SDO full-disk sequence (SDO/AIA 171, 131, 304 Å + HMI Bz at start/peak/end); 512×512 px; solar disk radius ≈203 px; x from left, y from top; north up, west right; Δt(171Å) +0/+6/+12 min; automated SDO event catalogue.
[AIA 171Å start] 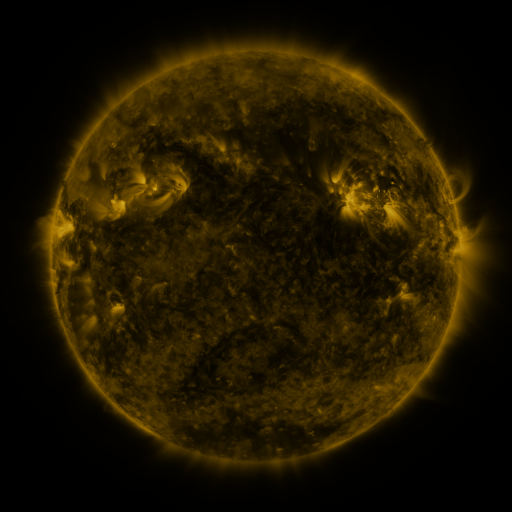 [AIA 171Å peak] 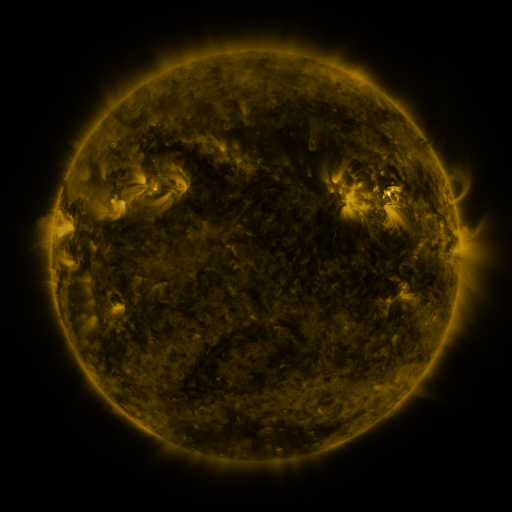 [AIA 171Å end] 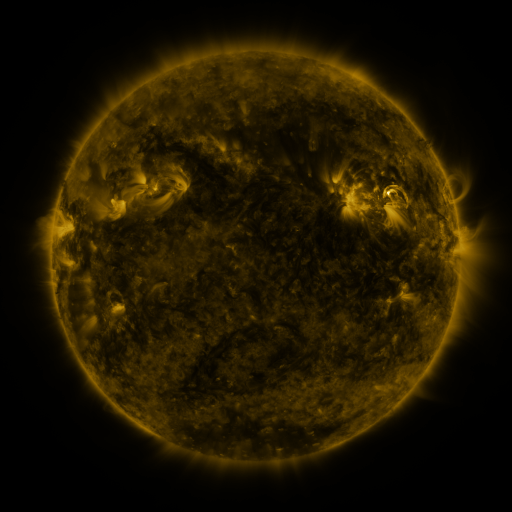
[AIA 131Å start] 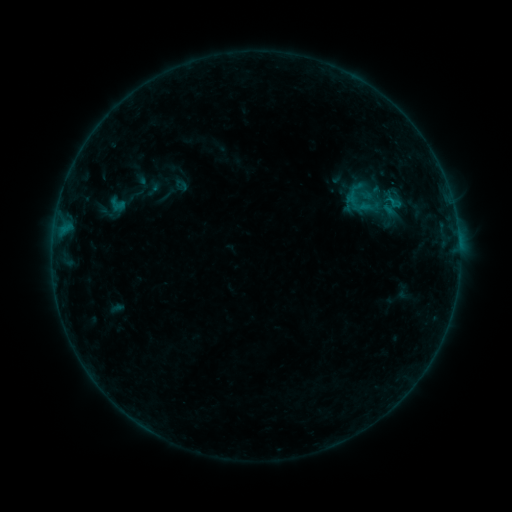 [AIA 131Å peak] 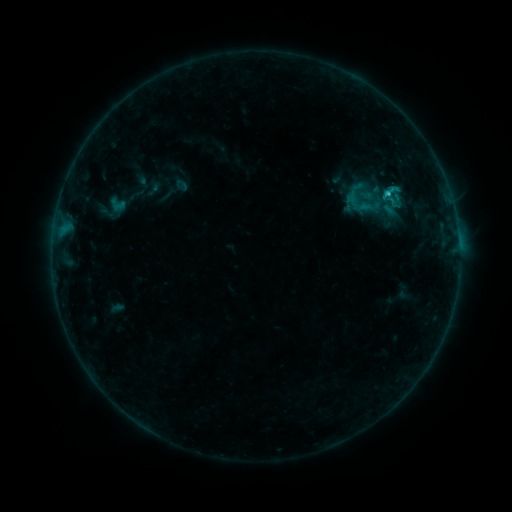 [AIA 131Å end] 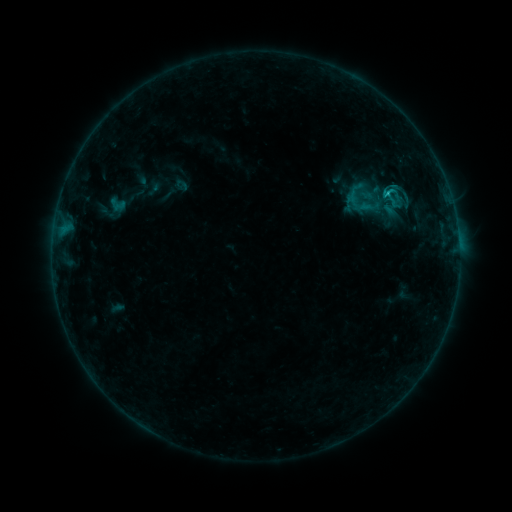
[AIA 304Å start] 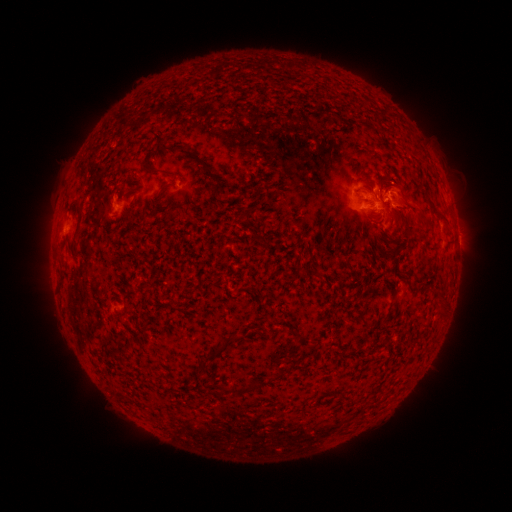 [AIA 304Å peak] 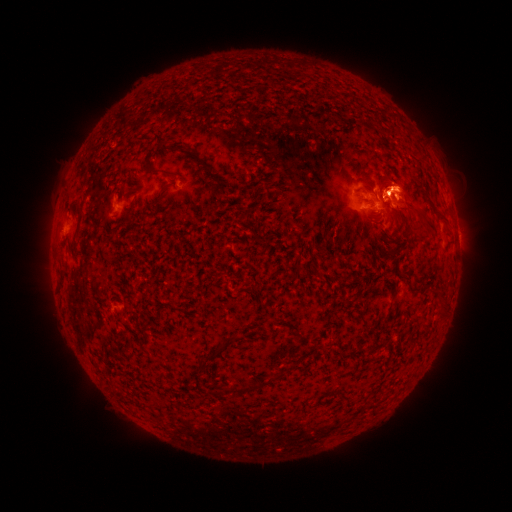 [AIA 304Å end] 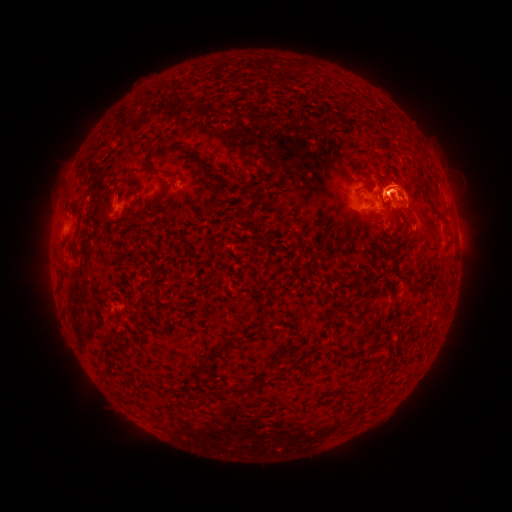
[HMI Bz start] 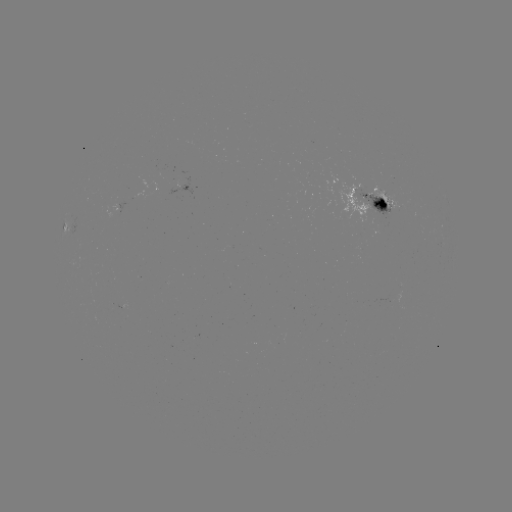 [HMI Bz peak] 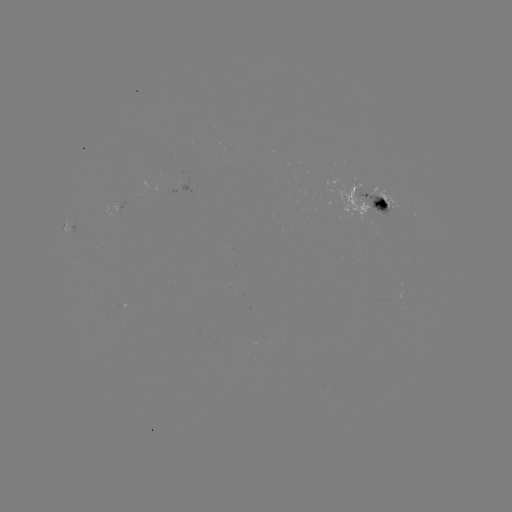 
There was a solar flare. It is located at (386, 196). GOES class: C1.4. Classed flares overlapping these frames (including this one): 1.